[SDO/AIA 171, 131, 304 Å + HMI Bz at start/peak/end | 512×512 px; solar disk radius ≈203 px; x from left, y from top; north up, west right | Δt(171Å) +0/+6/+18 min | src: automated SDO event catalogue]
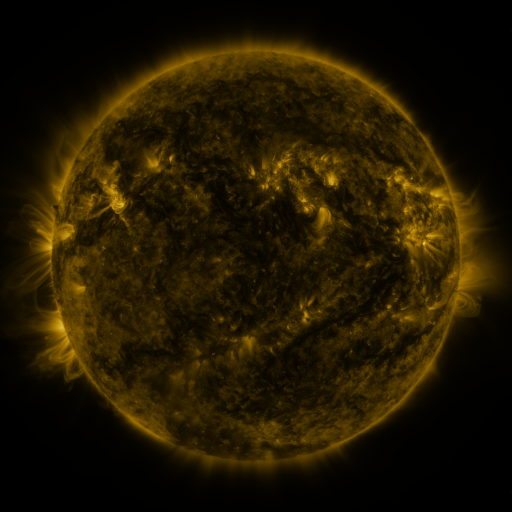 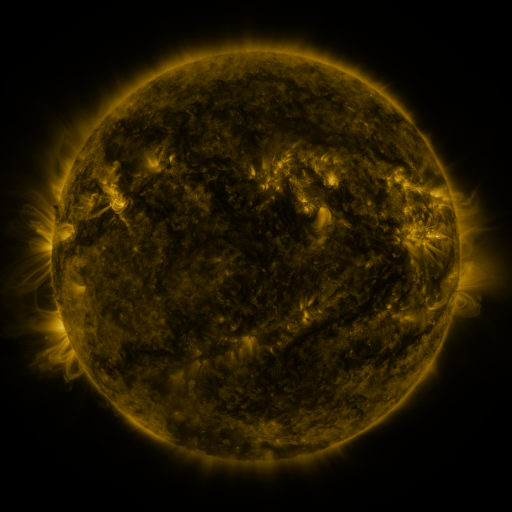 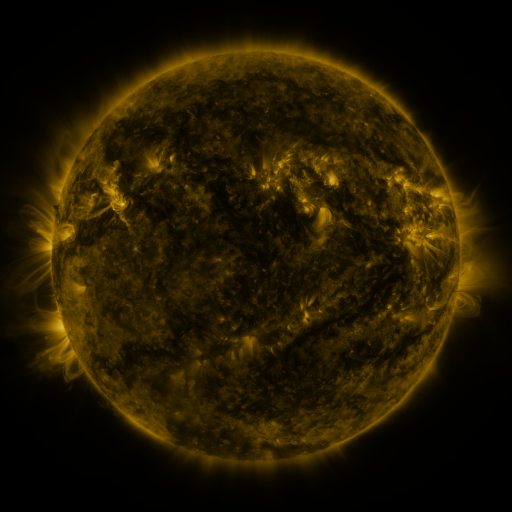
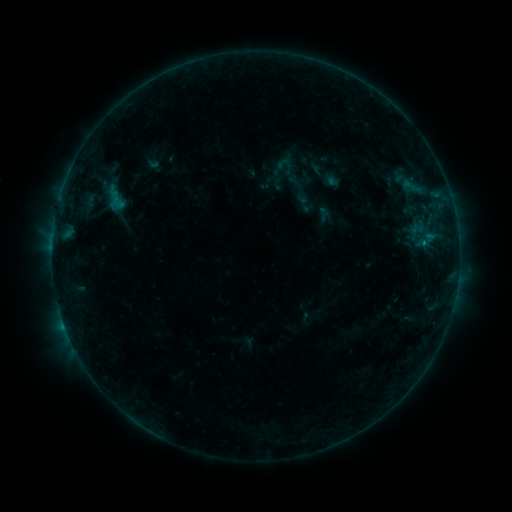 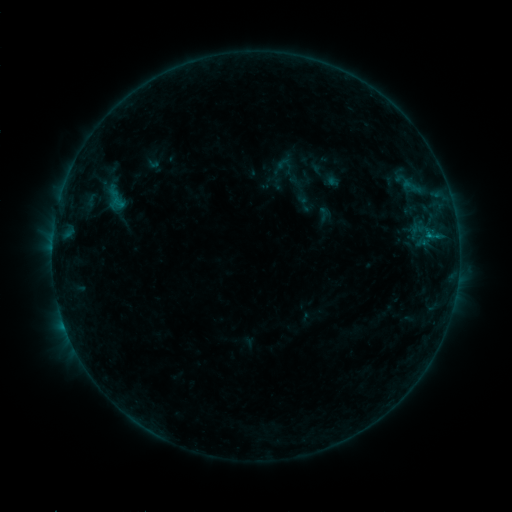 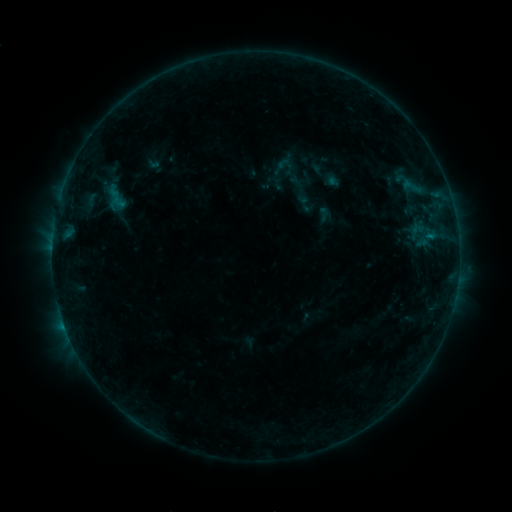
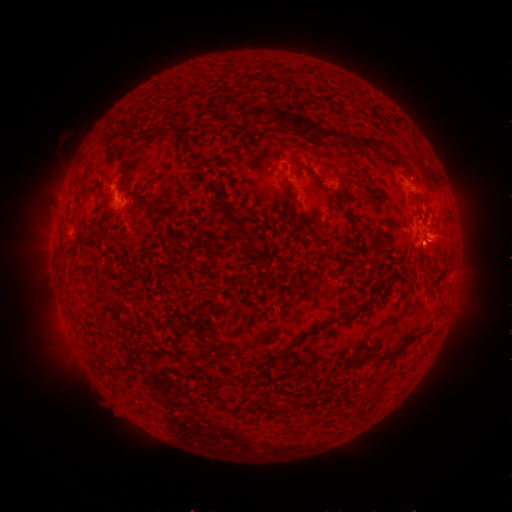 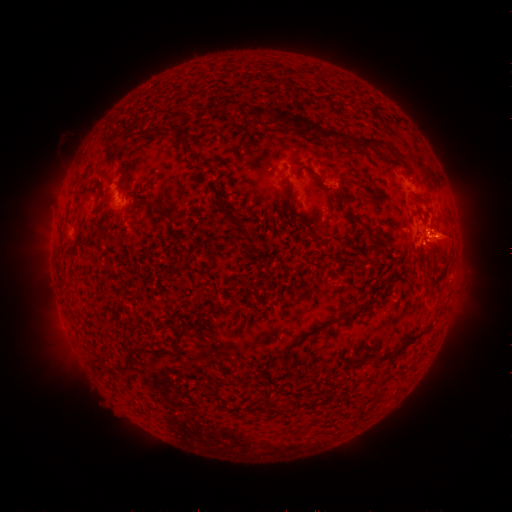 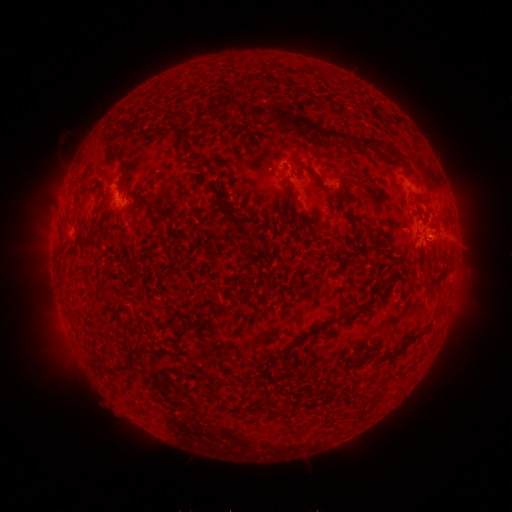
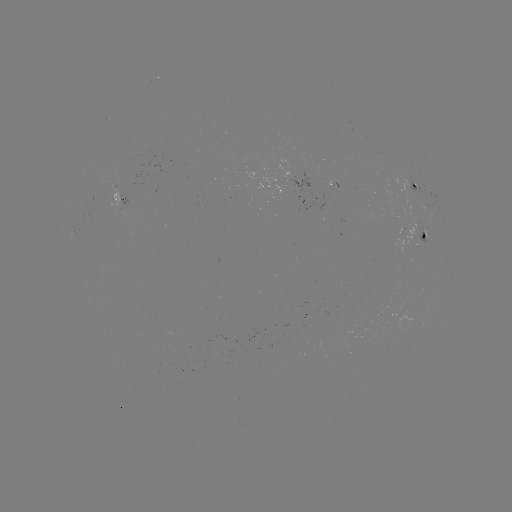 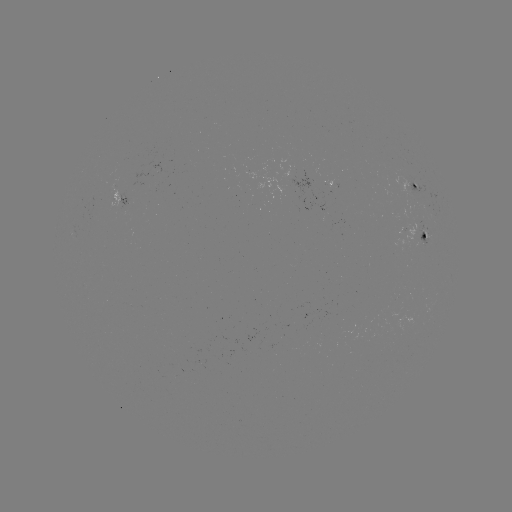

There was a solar eruption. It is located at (451, 236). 